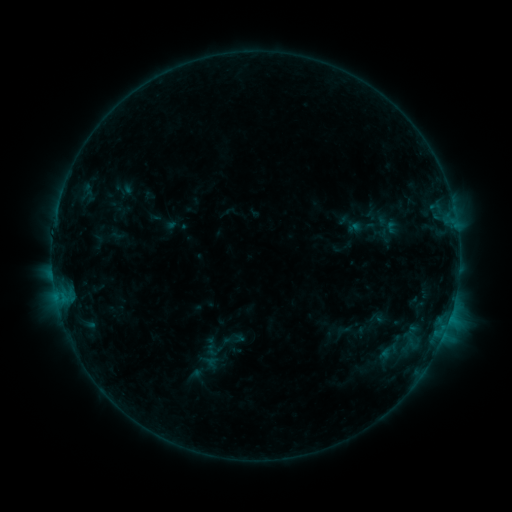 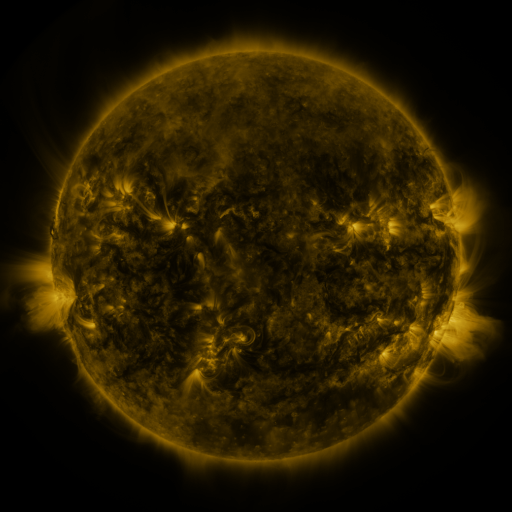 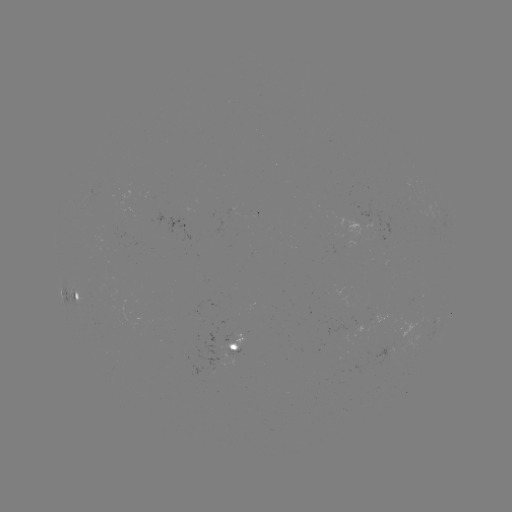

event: sigmoid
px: (234, 339)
